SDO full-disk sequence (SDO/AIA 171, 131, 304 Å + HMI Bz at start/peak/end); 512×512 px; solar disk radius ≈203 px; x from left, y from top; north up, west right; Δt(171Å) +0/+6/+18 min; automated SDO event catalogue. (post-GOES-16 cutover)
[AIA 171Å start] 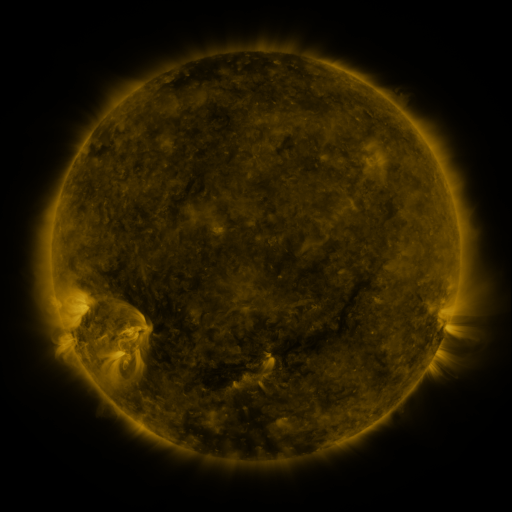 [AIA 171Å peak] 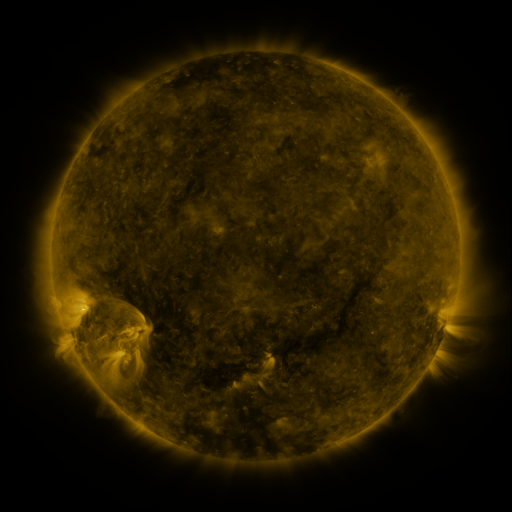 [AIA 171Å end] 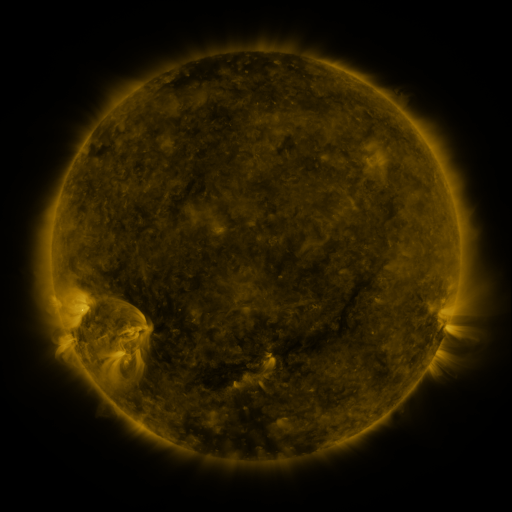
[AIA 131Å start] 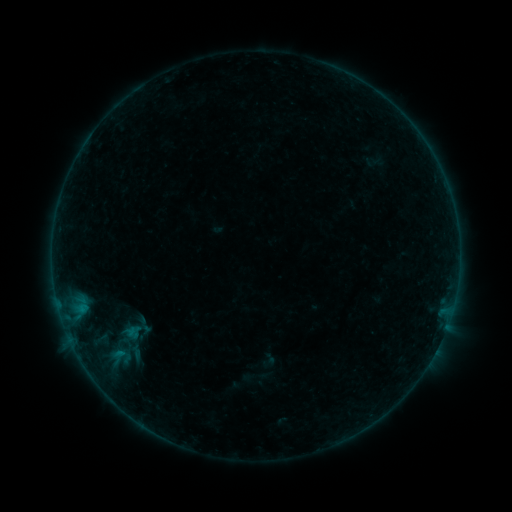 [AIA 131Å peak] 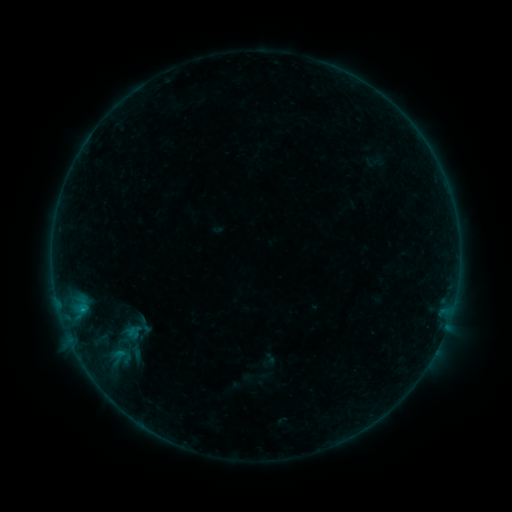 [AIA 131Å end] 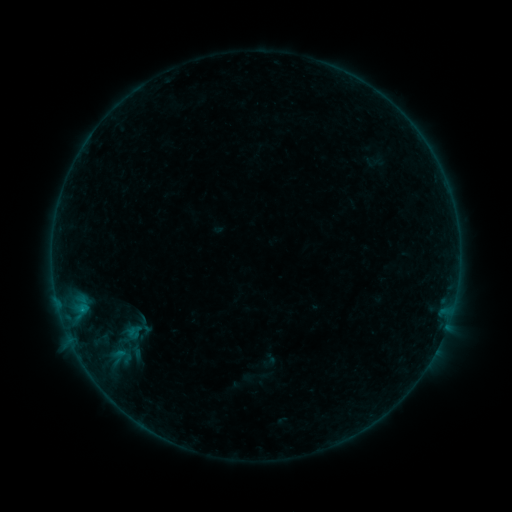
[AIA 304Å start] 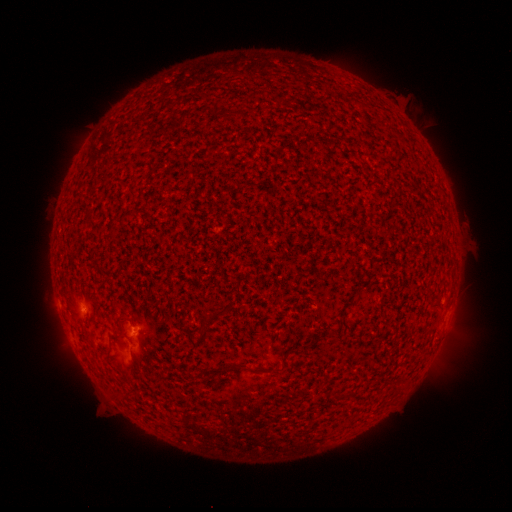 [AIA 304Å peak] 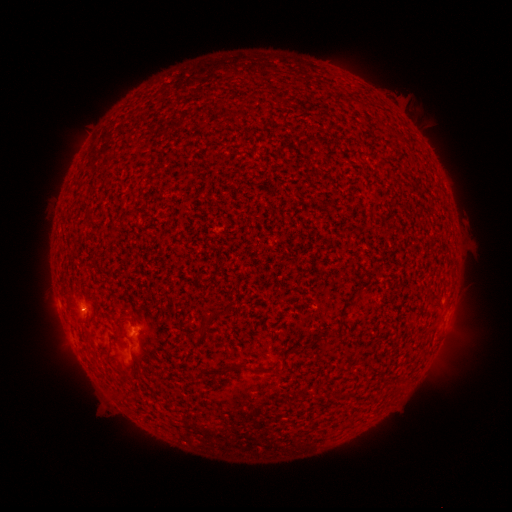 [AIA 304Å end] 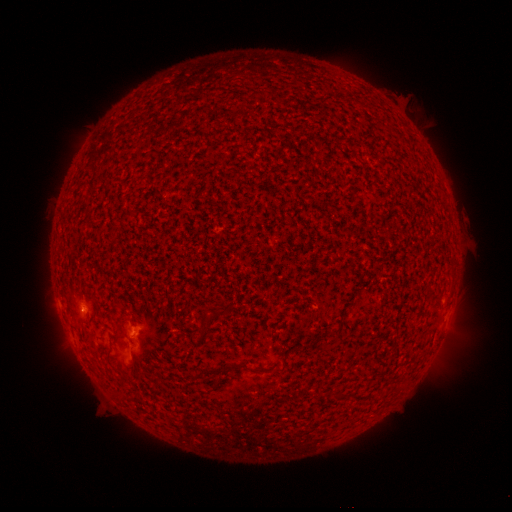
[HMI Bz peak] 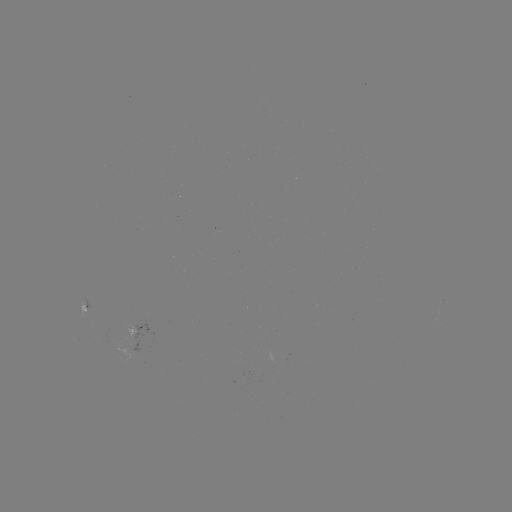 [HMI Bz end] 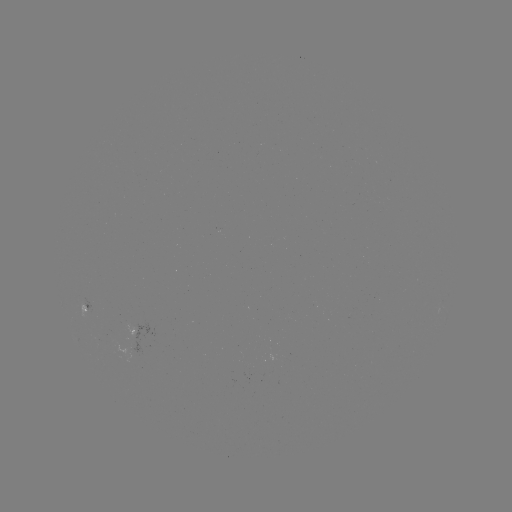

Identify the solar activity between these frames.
B1.7 flare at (83, 307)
